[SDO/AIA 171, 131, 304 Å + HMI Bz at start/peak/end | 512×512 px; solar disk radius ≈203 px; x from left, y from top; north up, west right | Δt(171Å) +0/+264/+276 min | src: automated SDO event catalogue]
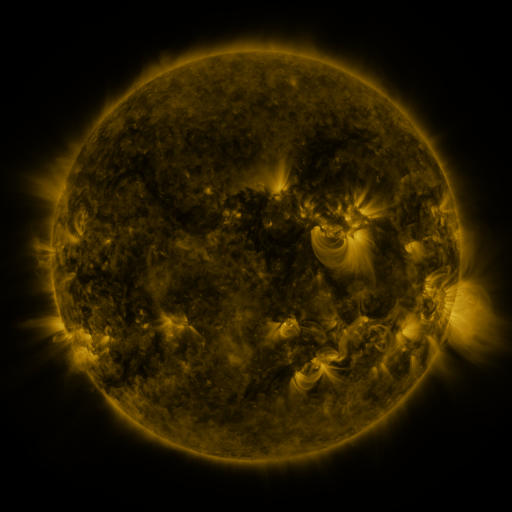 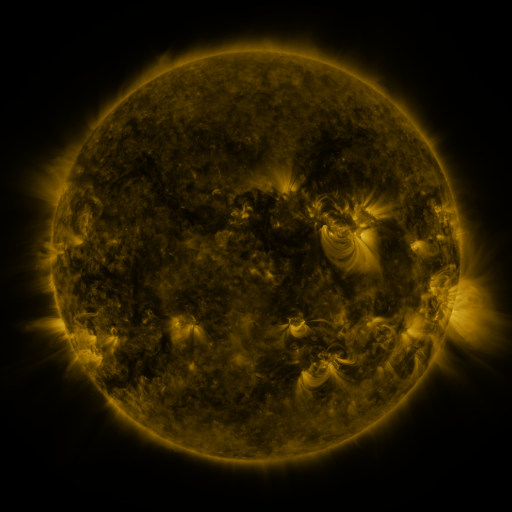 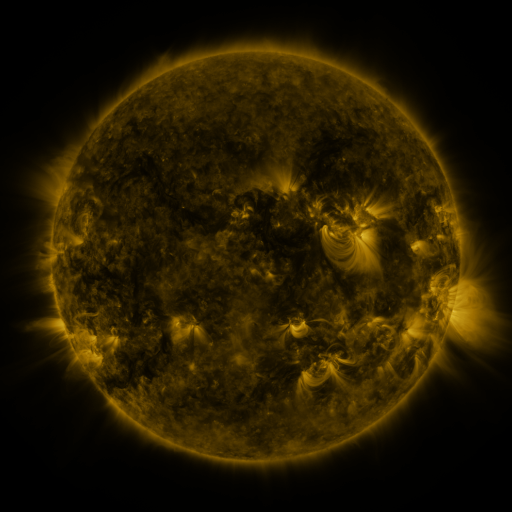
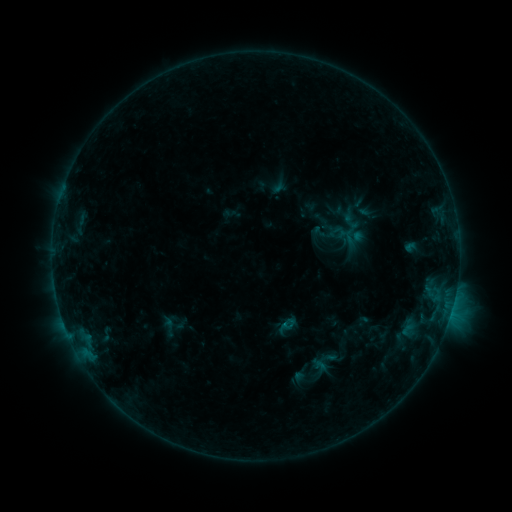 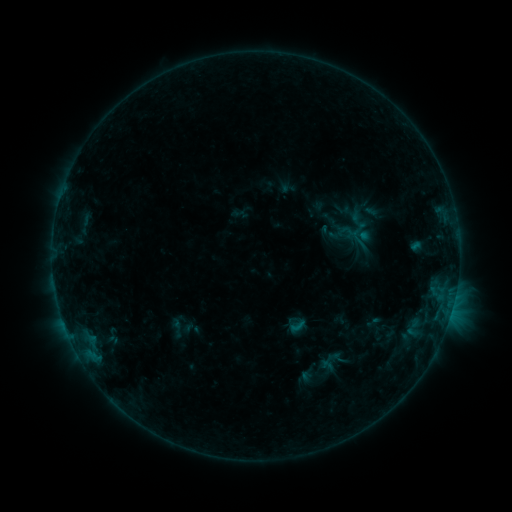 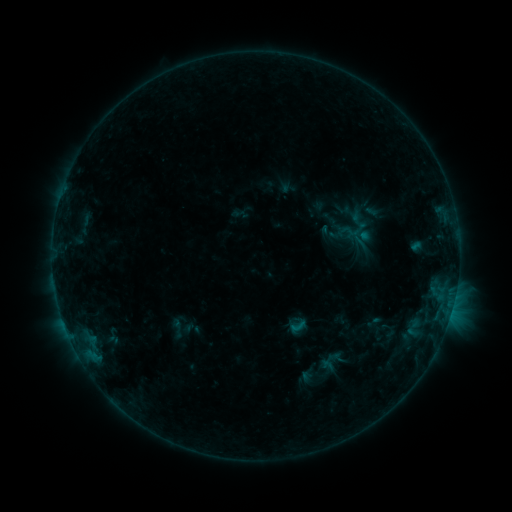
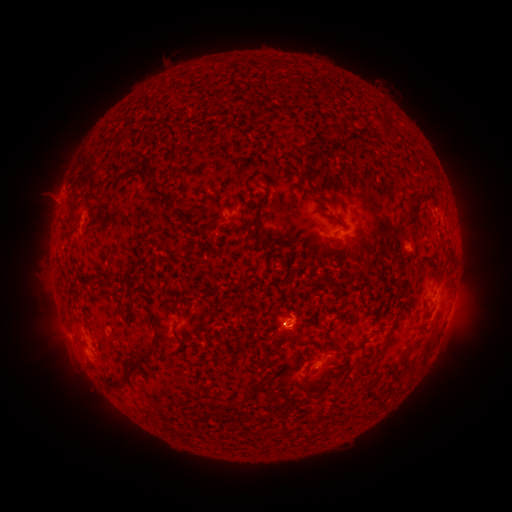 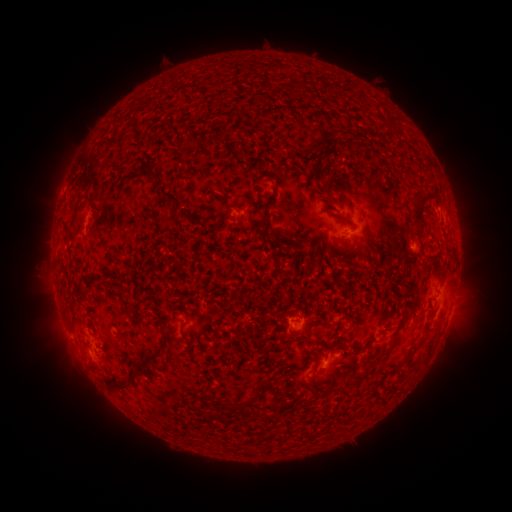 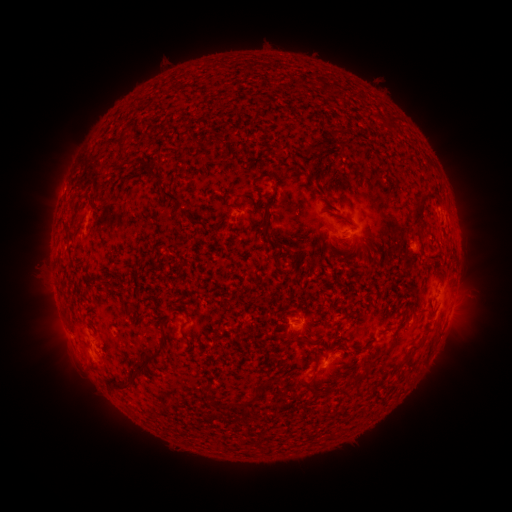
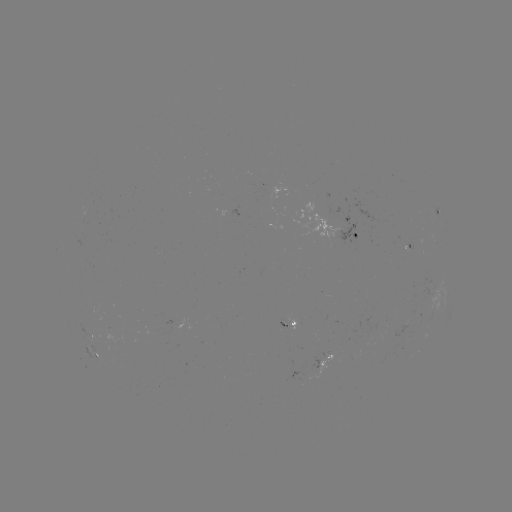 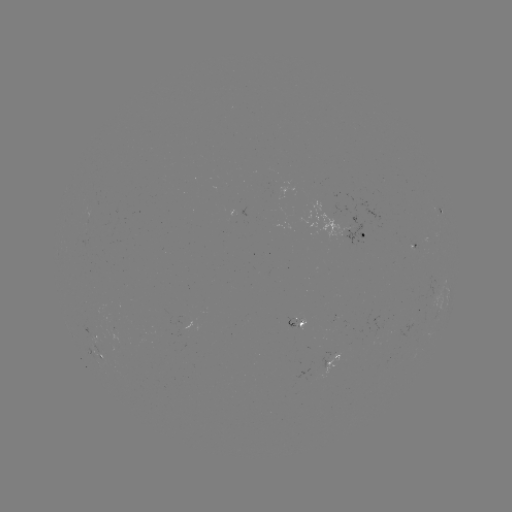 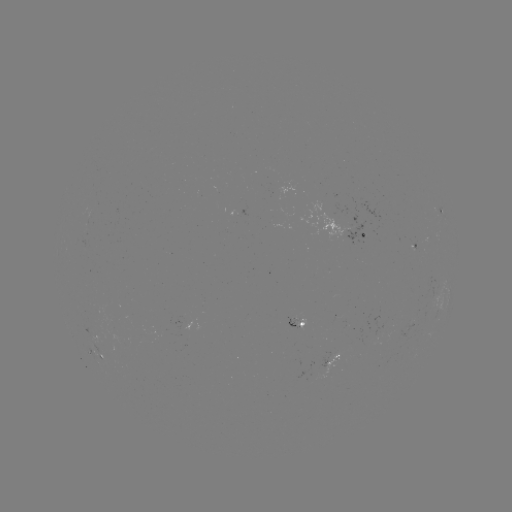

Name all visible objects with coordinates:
emerging-flux region: (293, 320)
